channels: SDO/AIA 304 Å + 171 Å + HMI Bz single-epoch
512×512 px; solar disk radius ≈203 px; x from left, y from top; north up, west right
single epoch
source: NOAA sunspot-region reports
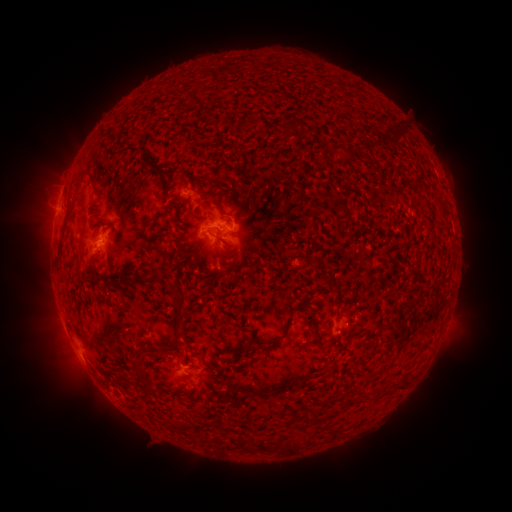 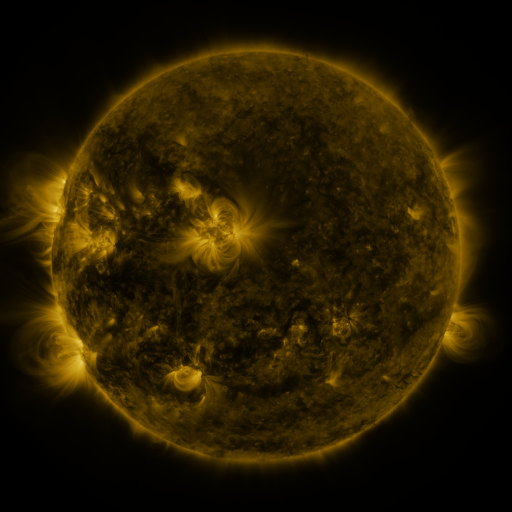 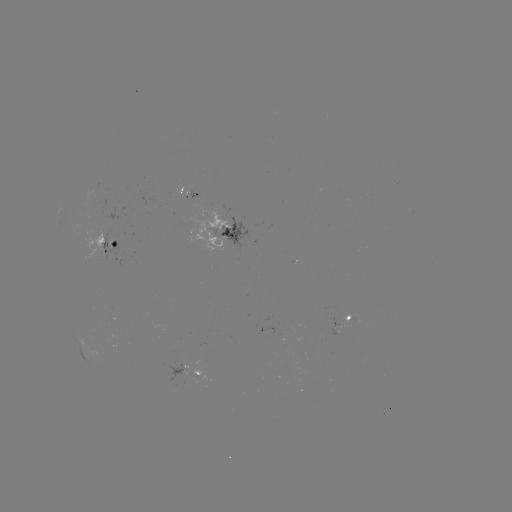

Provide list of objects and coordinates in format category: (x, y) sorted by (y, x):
spotted active region: (191, 194)
spotted active region: (224, 230)
spotted active region: (112, 245)
spotted active region: (349, 319)
spotted active region: (204, 374)
